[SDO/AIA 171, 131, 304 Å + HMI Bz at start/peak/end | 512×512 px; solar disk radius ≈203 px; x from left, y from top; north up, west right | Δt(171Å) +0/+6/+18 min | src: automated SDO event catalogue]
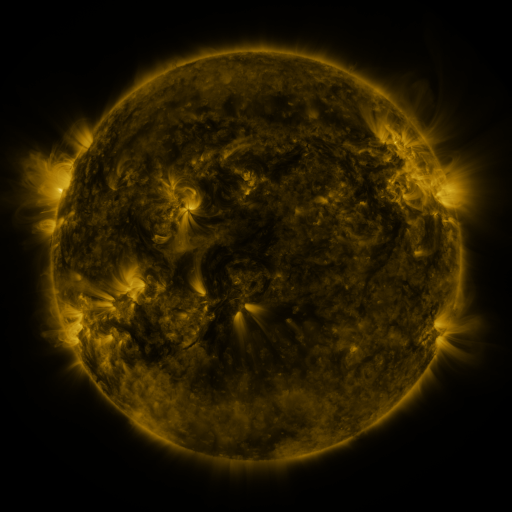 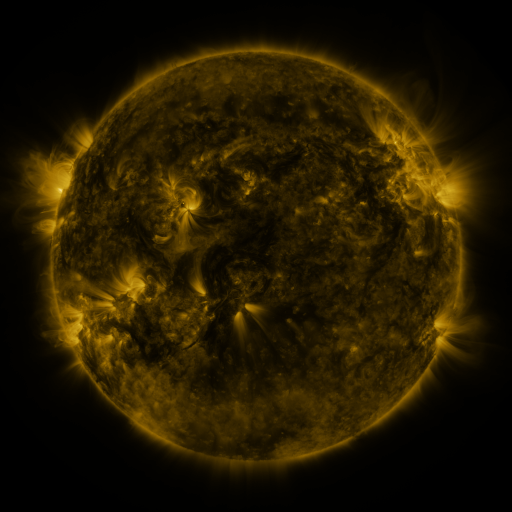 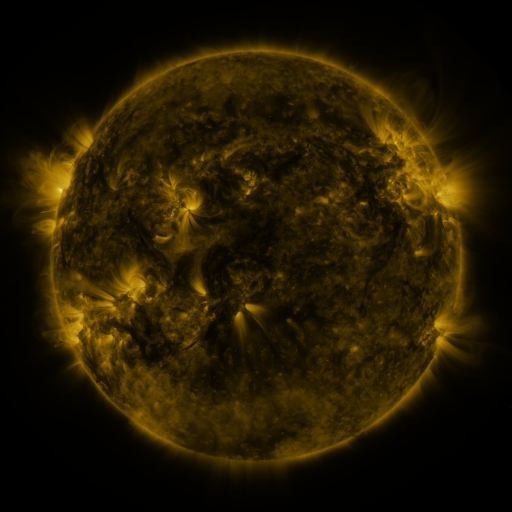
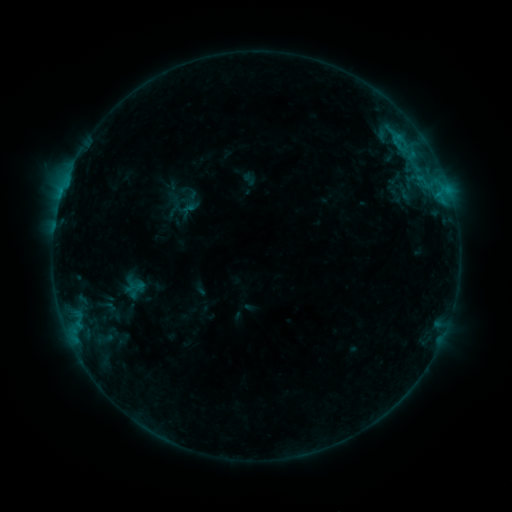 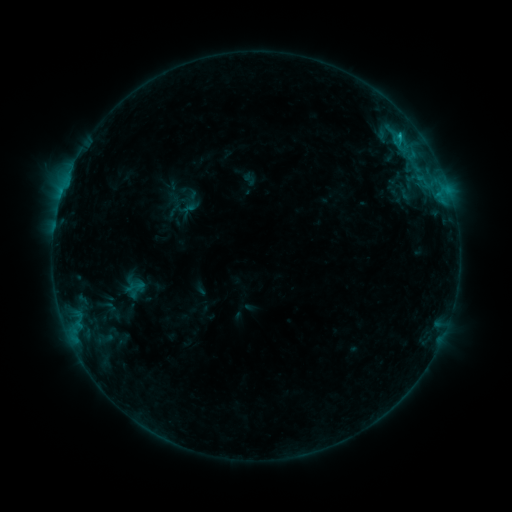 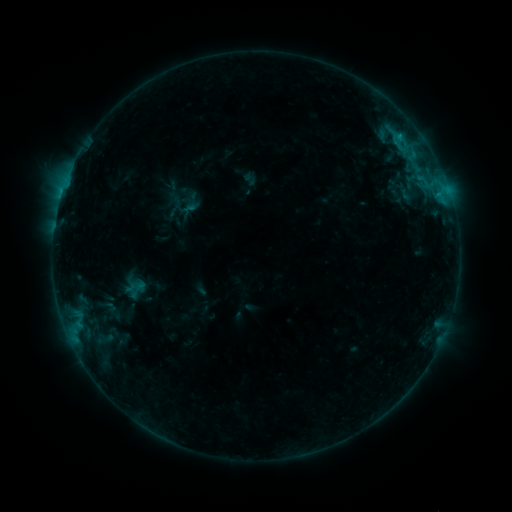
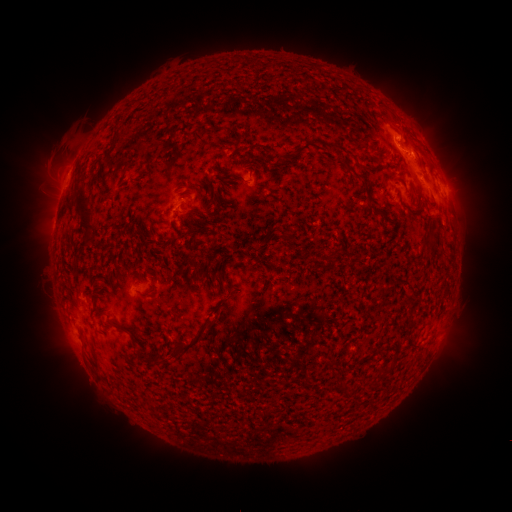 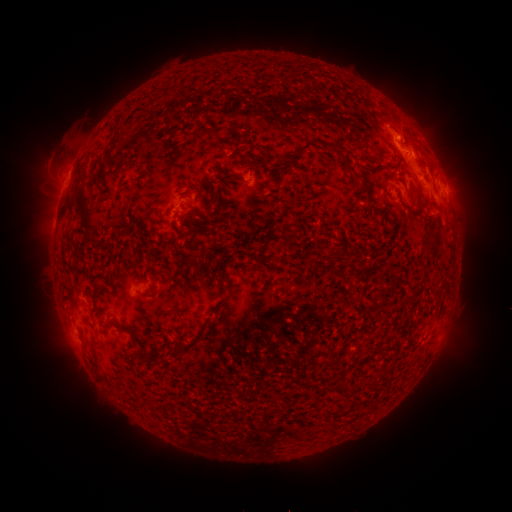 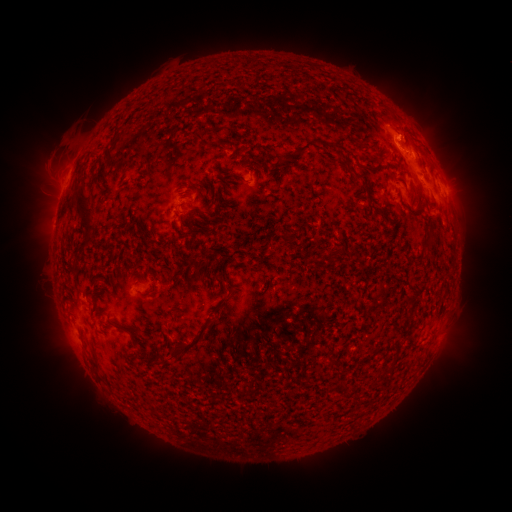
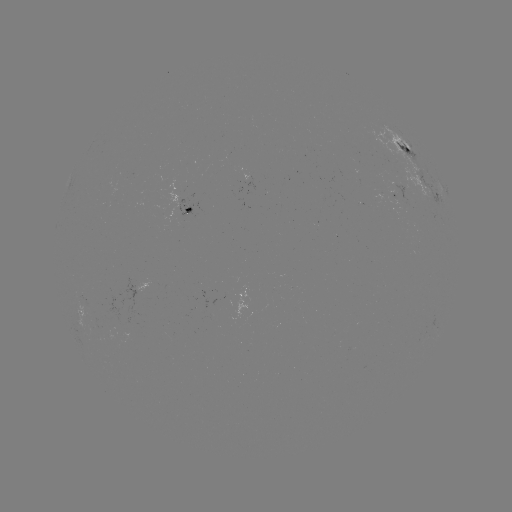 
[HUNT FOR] B8.0 flare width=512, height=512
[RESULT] [399, 136]